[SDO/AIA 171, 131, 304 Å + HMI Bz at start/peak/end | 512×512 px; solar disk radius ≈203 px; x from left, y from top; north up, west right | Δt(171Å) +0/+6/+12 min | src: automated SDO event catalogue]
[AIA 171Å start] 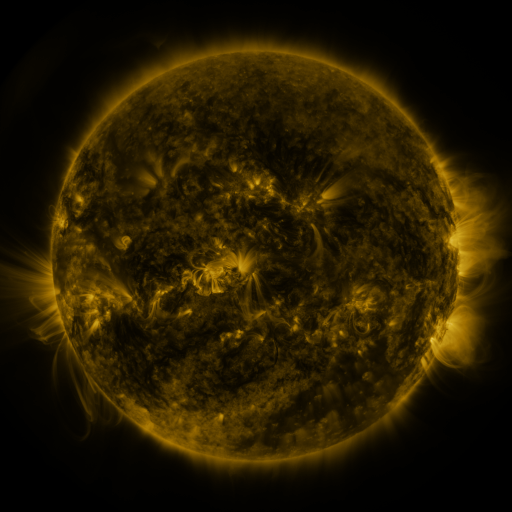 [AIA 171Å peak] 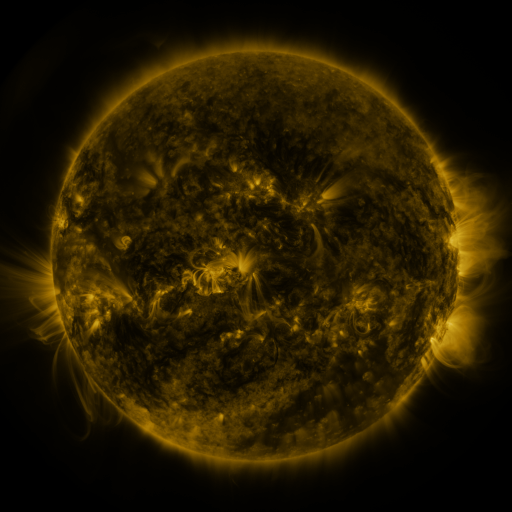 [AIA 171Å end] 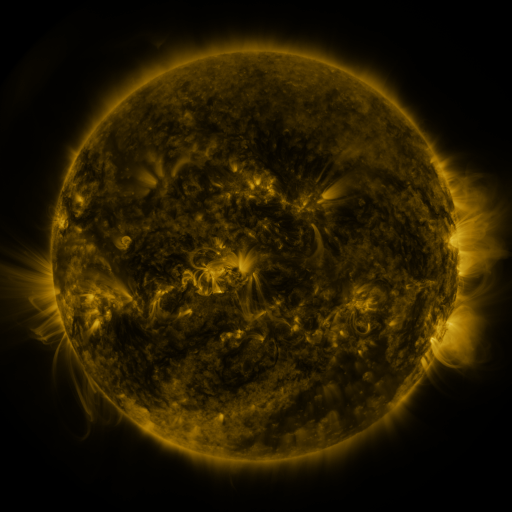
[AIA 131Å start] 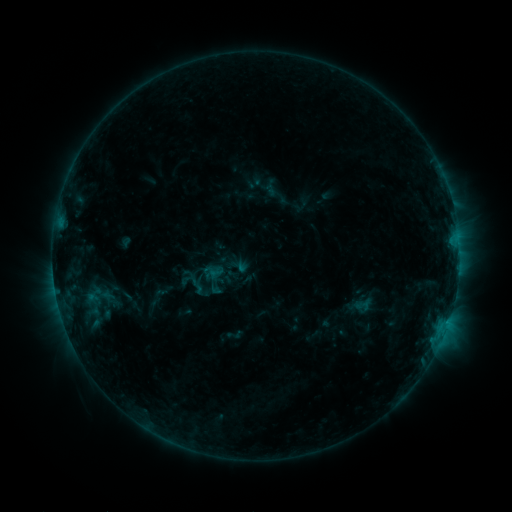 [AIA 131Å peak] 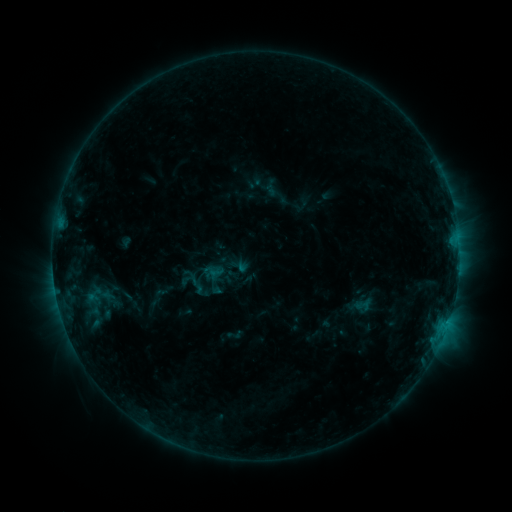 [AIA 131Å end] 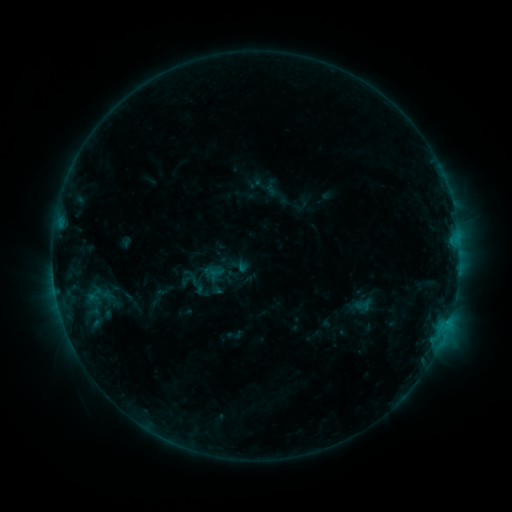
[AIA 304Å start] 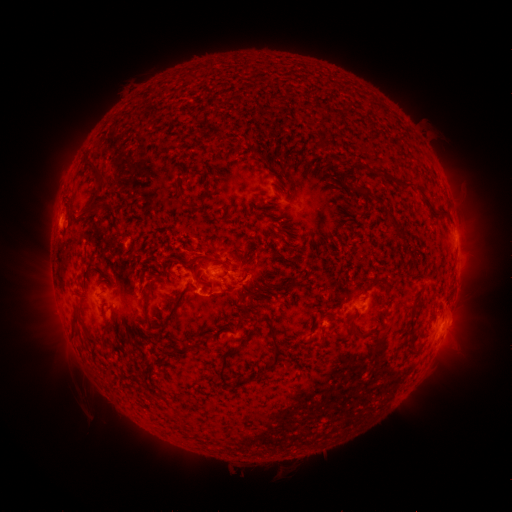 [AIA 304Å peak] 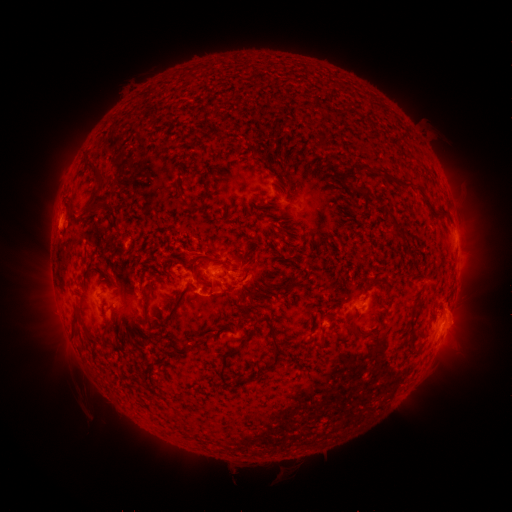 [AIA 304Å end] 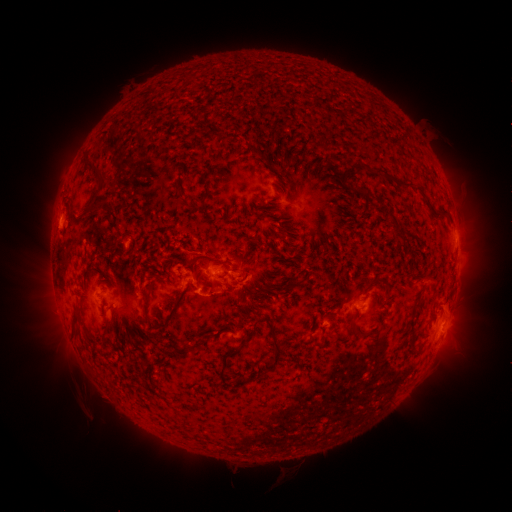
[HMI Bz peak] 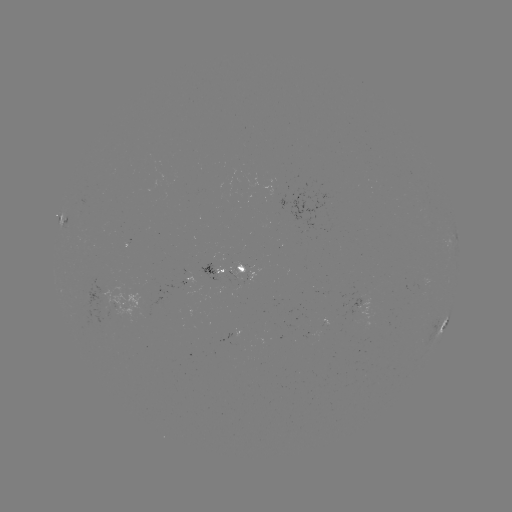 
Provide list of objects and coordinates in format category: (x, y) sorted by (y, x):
eruption: (459, 318)
